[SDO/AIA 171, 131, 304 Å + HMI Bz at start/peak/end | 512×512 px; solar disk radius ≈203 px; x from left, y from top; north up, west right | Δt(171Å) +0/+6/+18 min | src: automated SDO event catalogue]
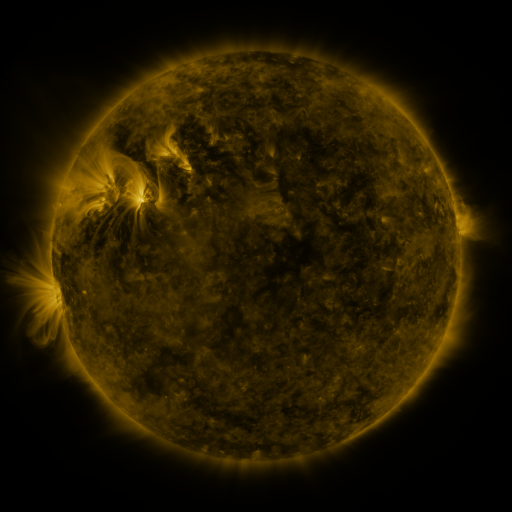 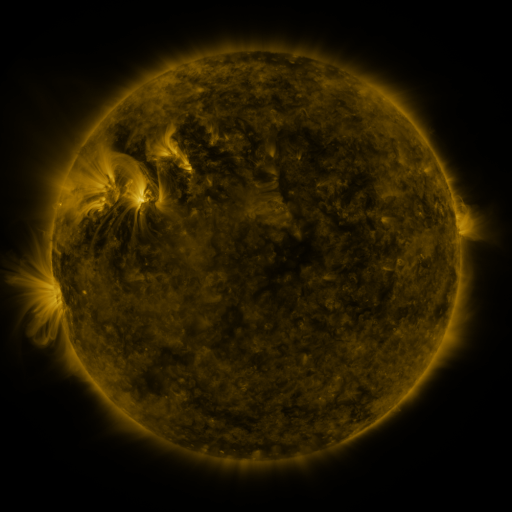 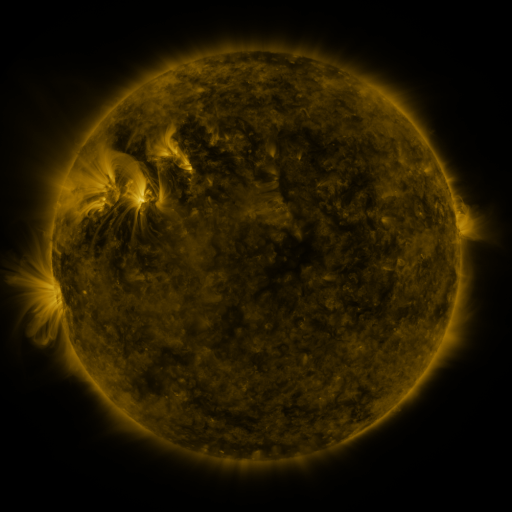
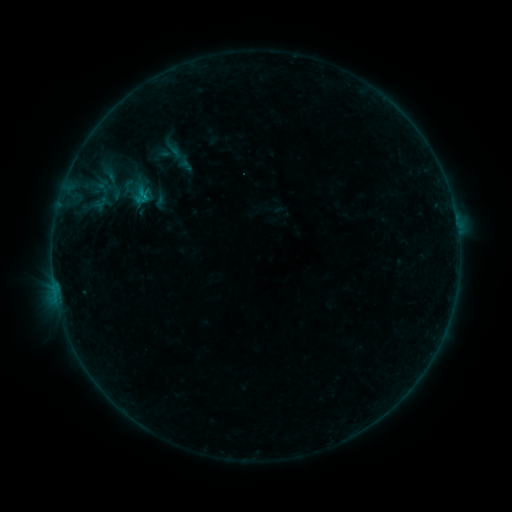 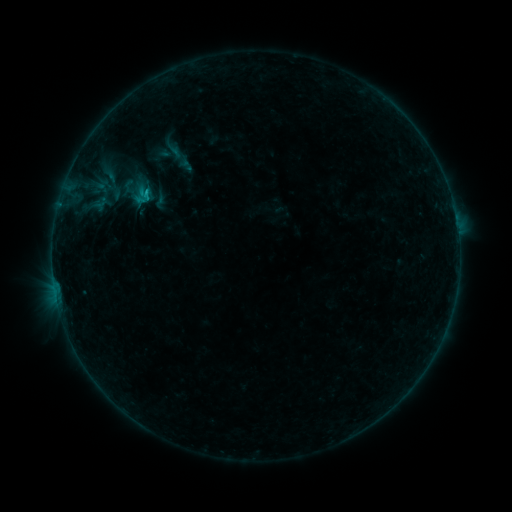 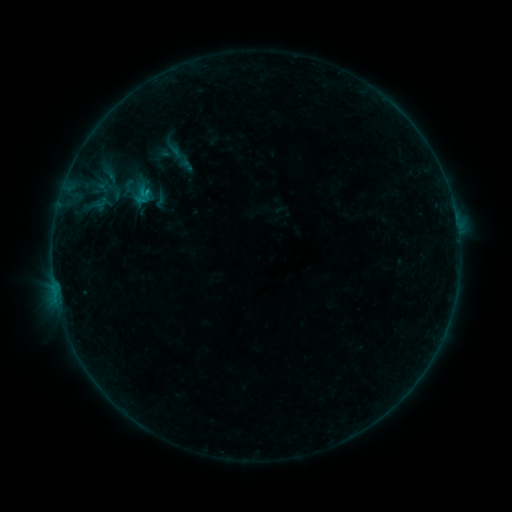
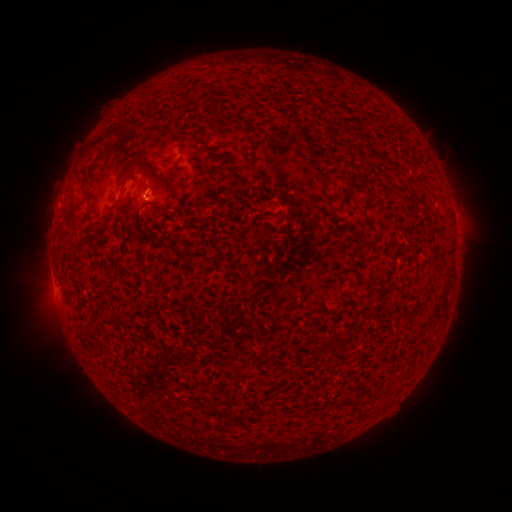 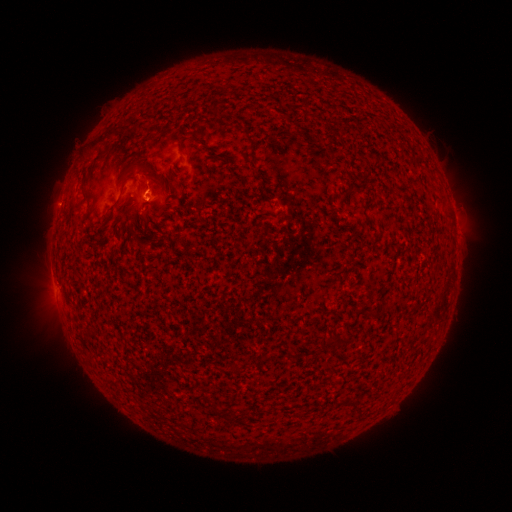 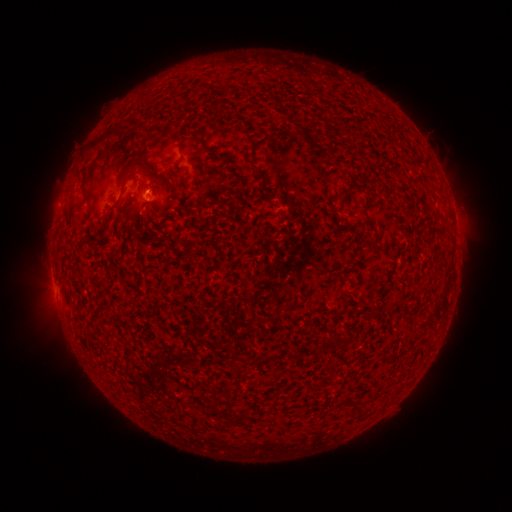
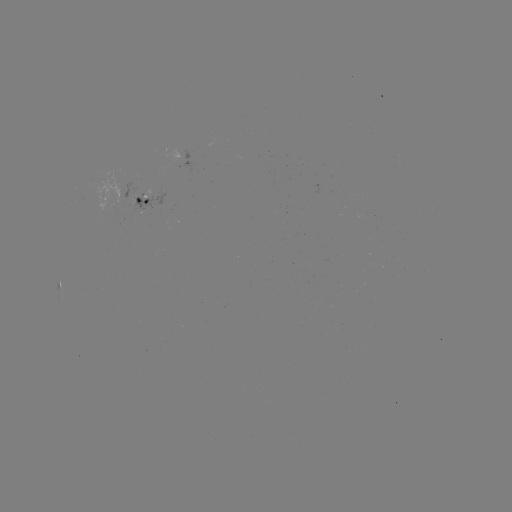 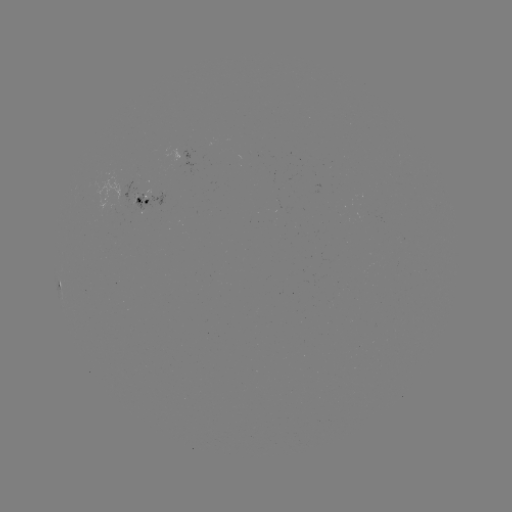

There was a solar flare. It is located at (147, 195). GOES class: B4.1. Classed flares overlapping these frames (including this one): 1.